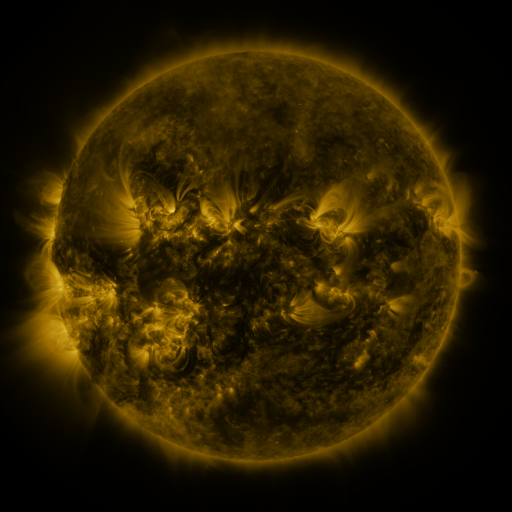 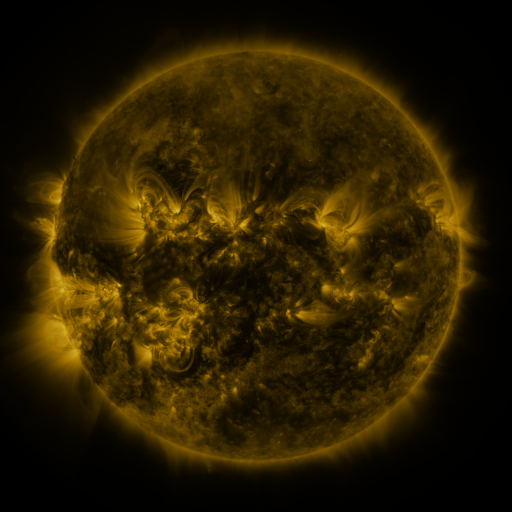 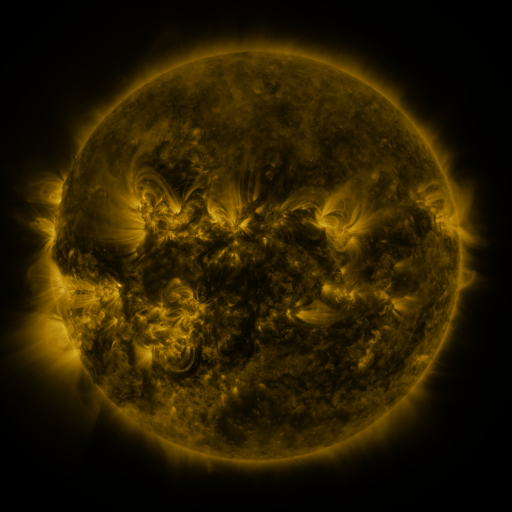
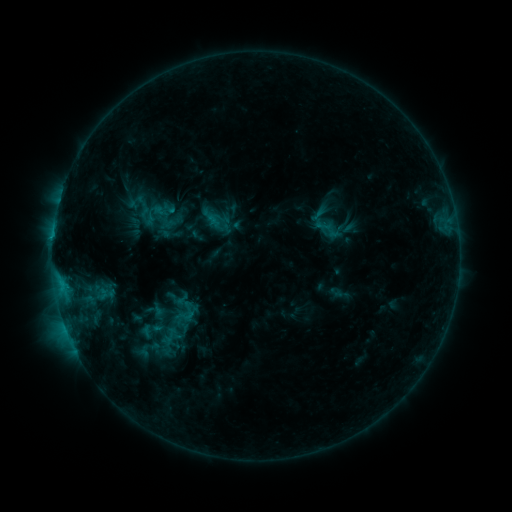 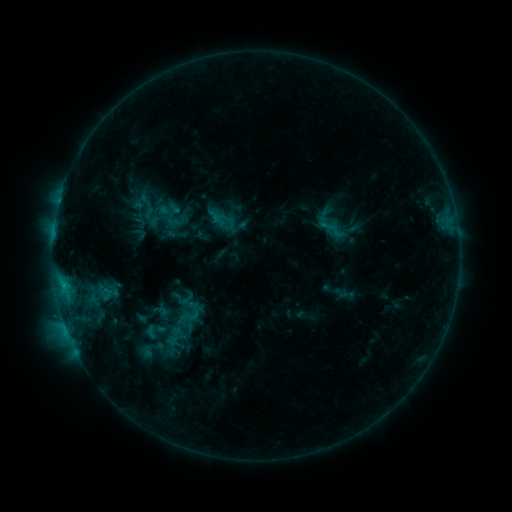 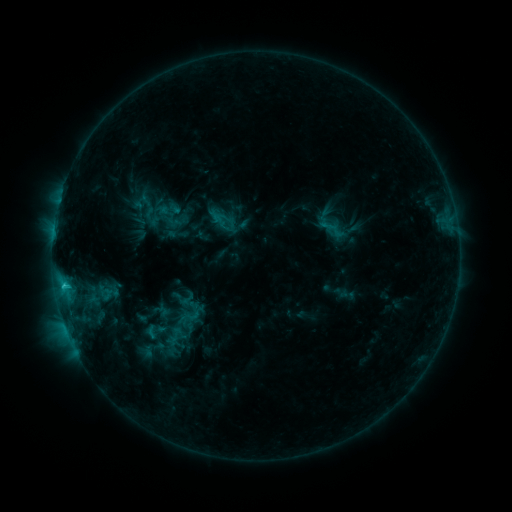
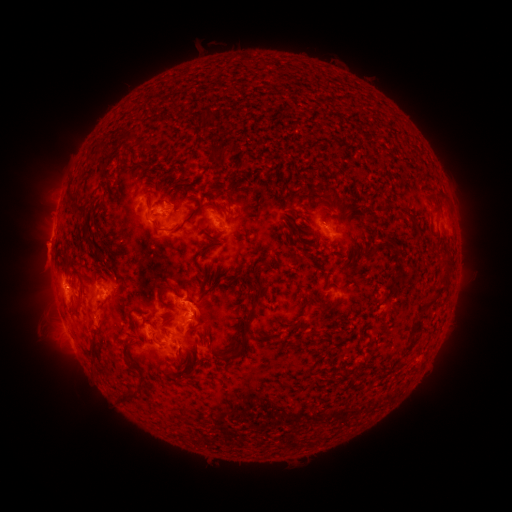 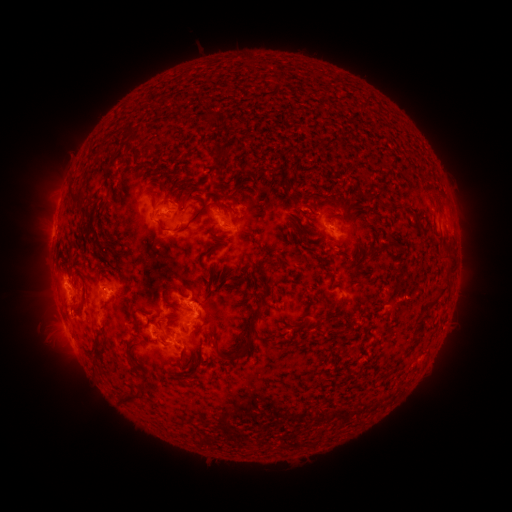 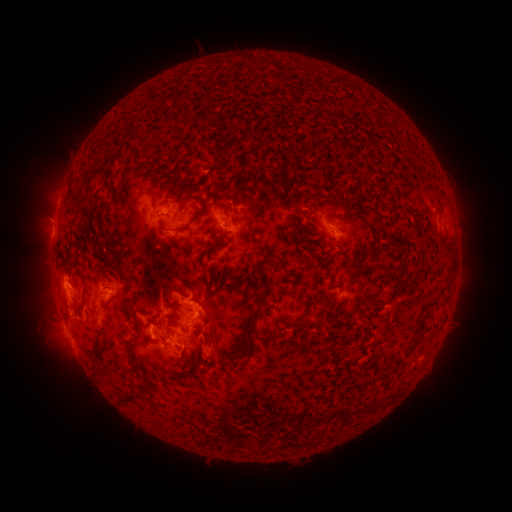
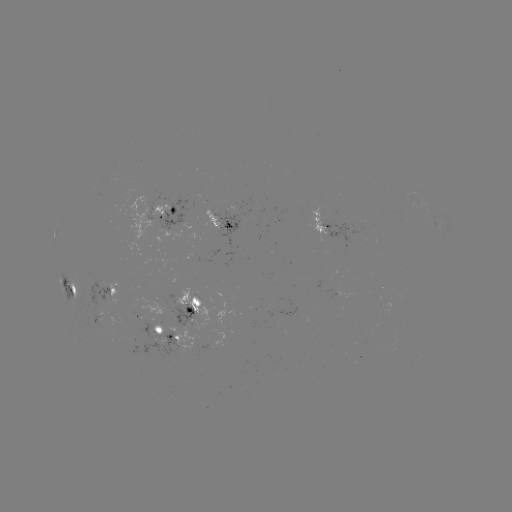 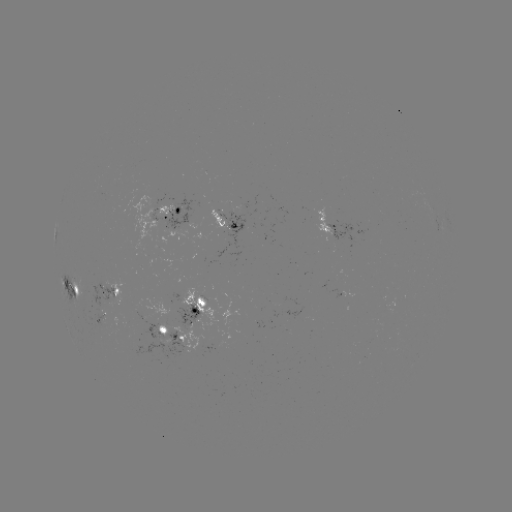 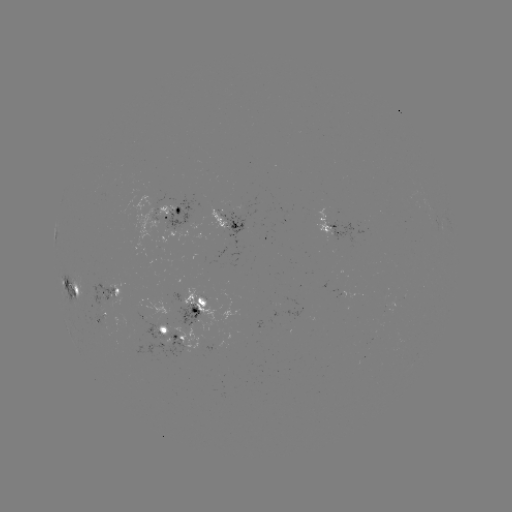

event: emerging-flux region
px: (324, 221)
